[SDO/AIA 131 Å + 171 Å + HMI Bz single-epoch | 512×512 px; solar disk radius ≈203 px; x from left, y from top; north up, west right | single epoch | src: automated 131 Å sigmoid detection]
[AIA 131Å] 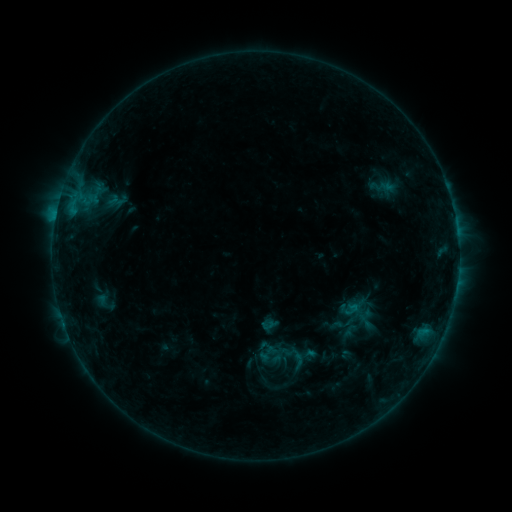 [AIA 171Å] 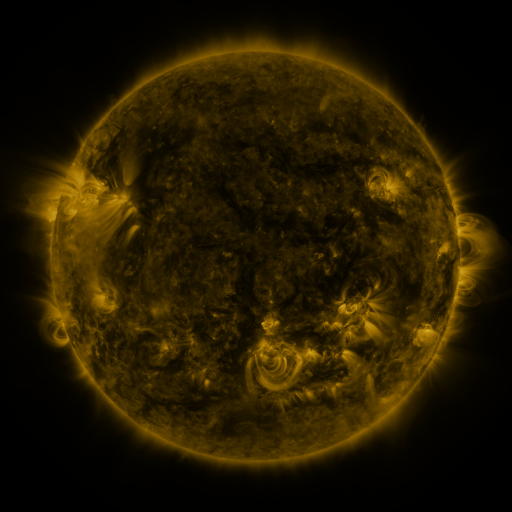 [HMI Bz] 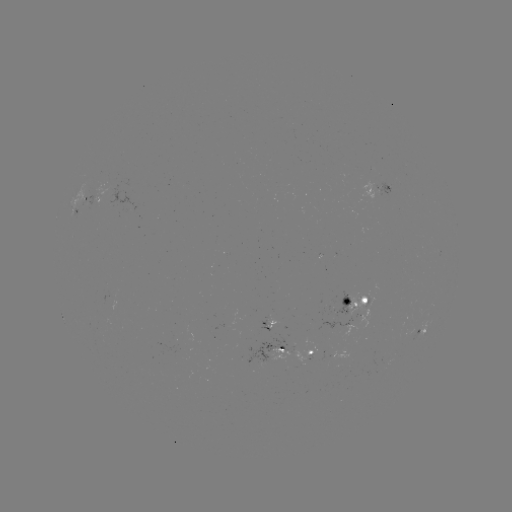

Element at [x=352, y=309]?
sigmoid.